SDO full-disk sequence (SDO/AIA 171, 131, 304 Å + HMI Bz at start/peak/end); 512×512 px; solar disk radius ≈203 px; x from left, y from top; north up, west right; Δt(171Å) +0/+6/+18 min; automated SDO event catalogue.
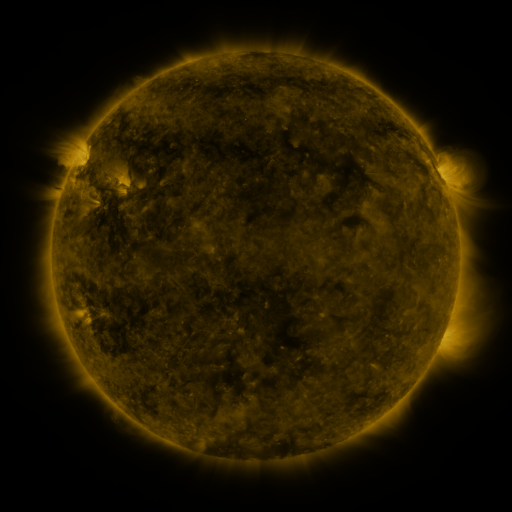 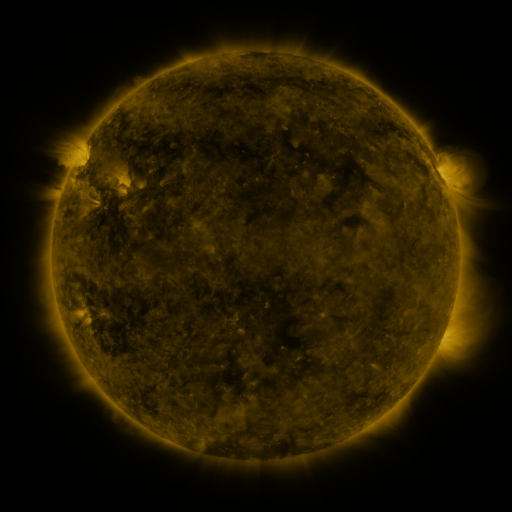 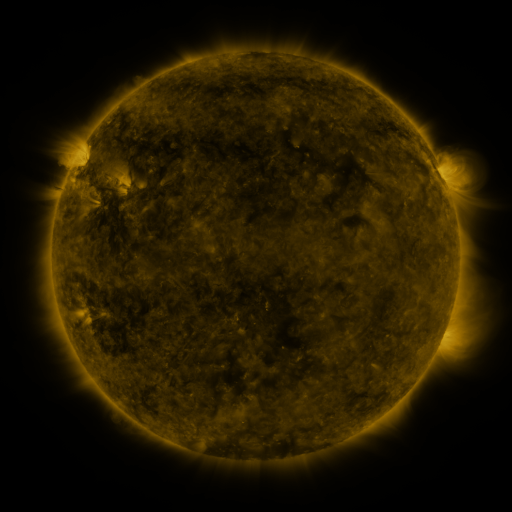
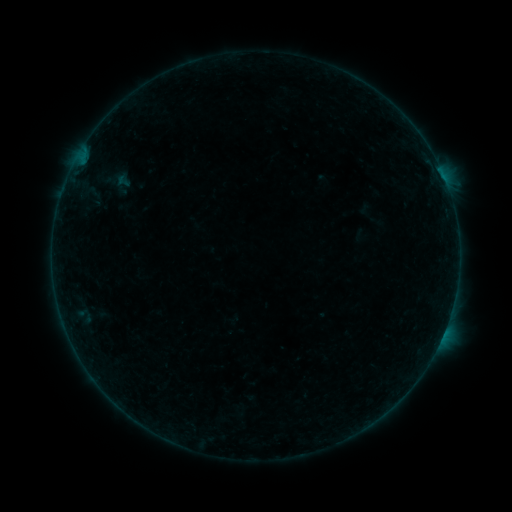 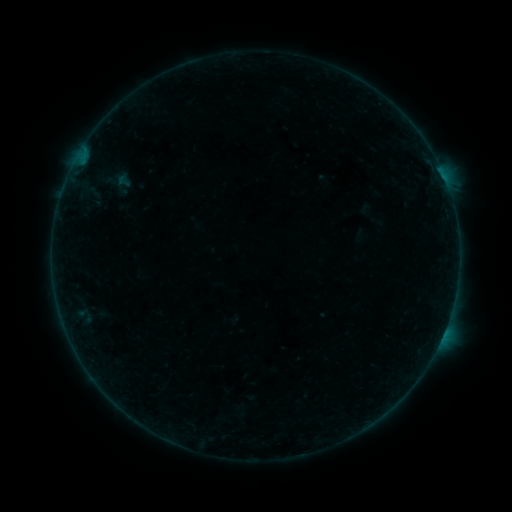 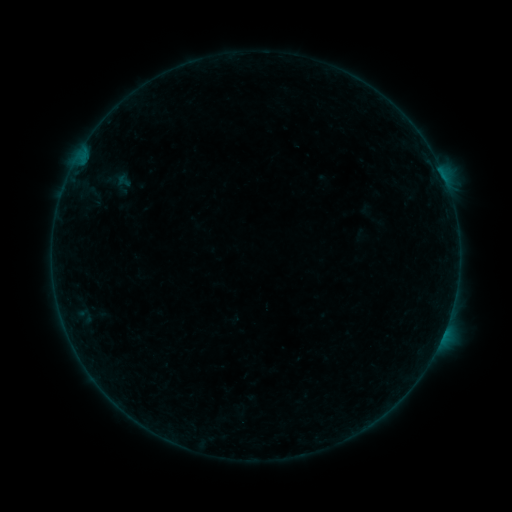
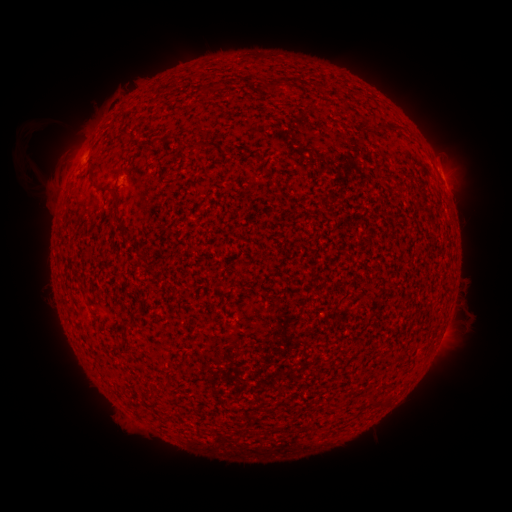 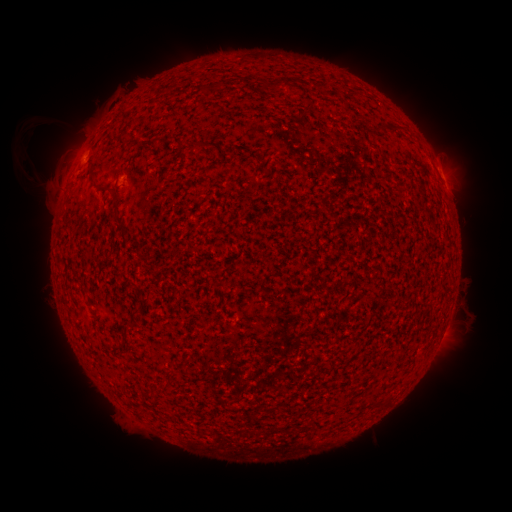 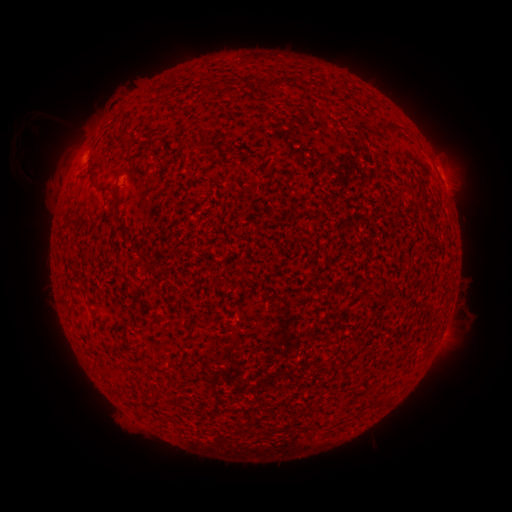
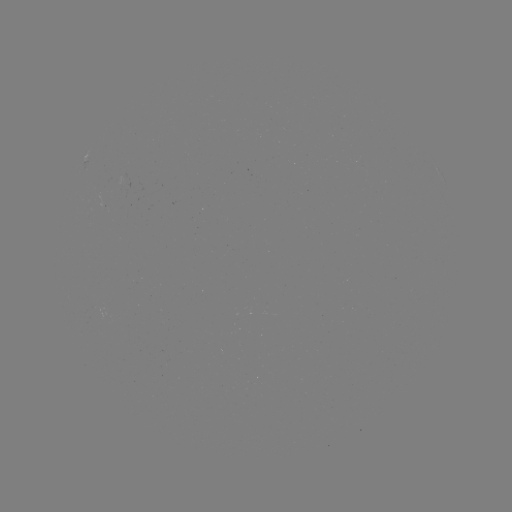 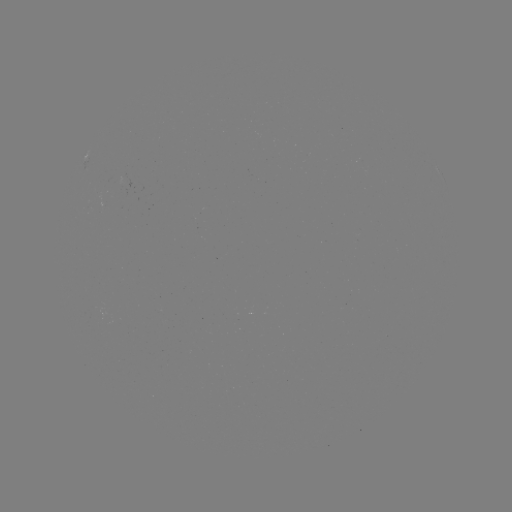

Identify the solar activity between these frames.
eruption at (33, 126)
